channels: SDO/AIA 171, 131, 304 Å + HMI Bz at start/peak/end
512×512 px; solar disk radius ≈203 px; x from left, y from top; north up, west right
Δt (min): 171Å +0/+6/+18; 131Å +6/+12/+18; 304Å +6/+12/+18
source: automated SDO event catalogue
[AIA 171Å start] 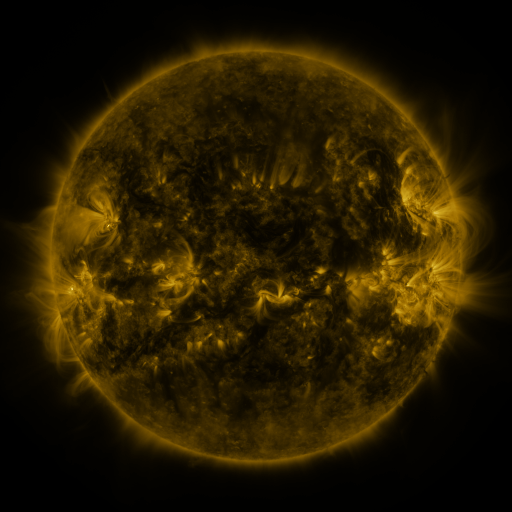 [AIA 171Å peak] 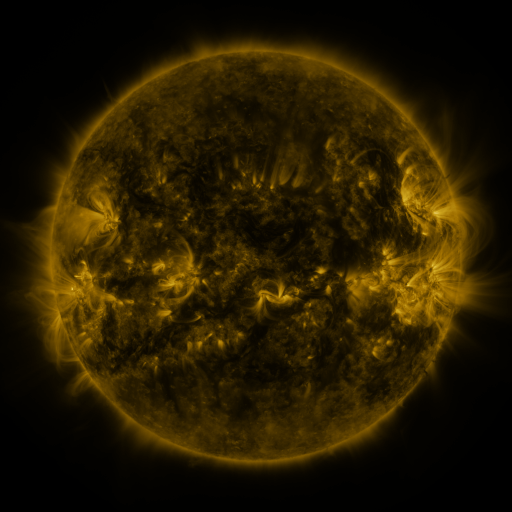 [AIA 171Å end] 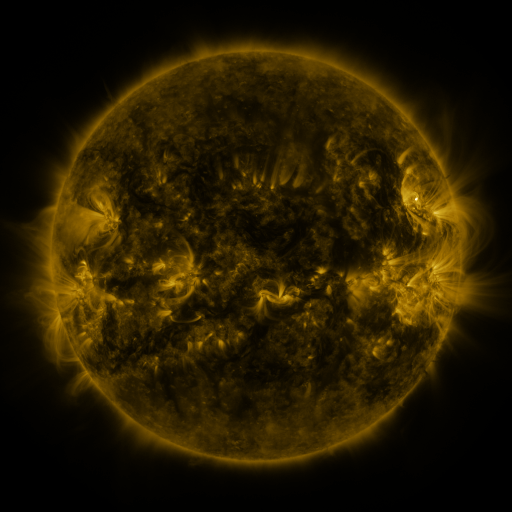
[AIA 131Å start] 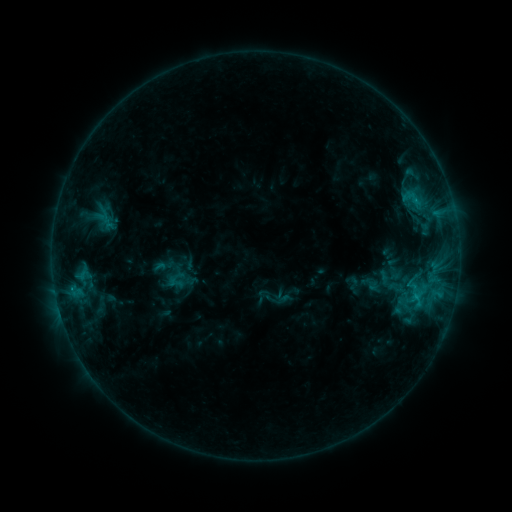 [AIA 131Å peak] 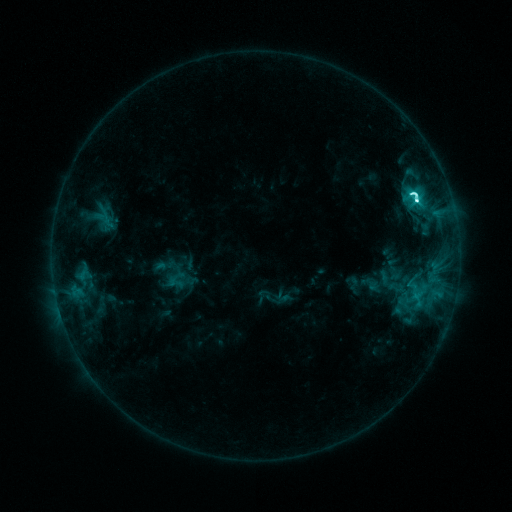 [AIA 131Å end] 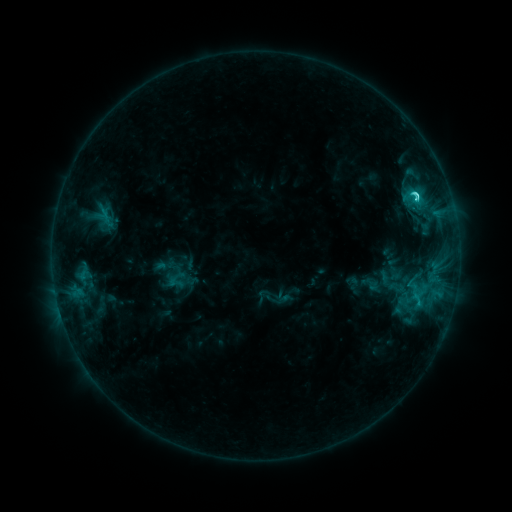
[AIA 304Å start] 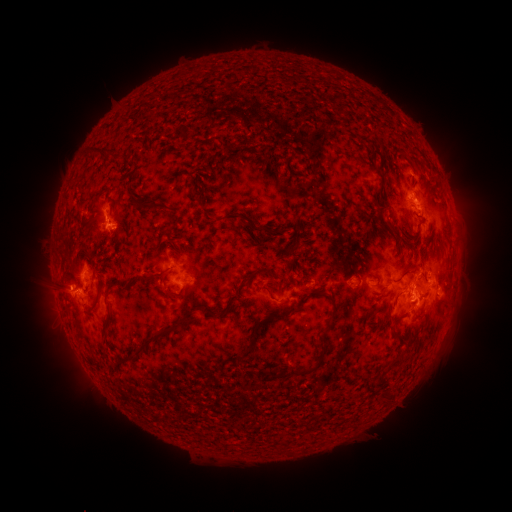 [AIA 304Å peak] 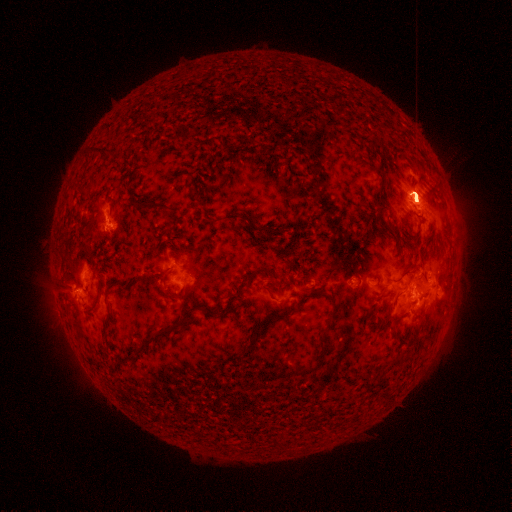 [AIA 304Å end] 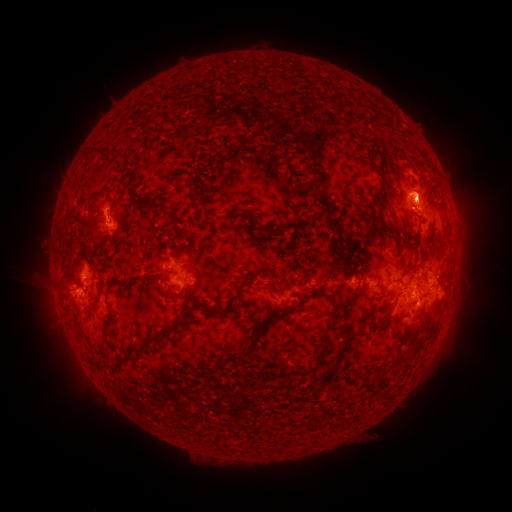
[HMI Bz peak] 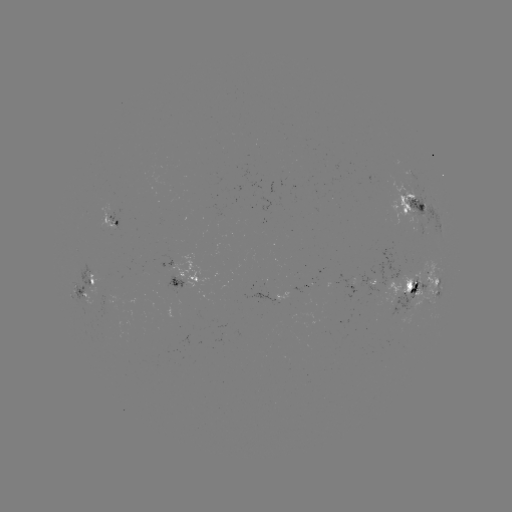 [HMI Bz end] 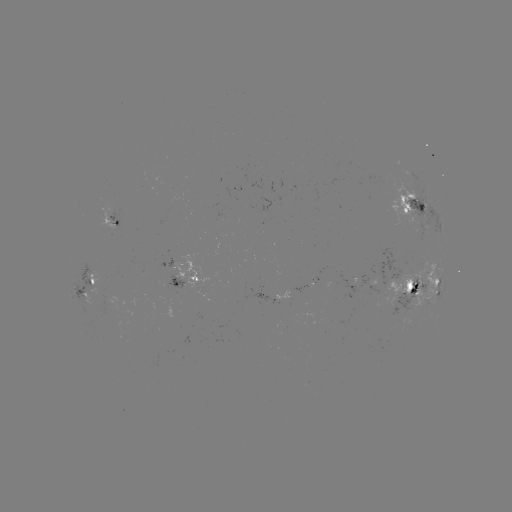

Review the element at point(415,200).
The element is M1.9 flare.